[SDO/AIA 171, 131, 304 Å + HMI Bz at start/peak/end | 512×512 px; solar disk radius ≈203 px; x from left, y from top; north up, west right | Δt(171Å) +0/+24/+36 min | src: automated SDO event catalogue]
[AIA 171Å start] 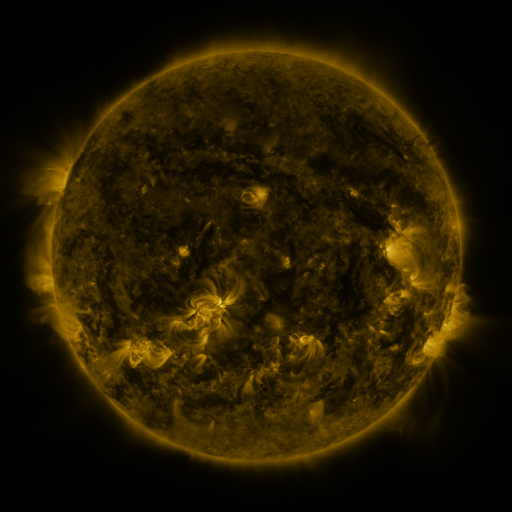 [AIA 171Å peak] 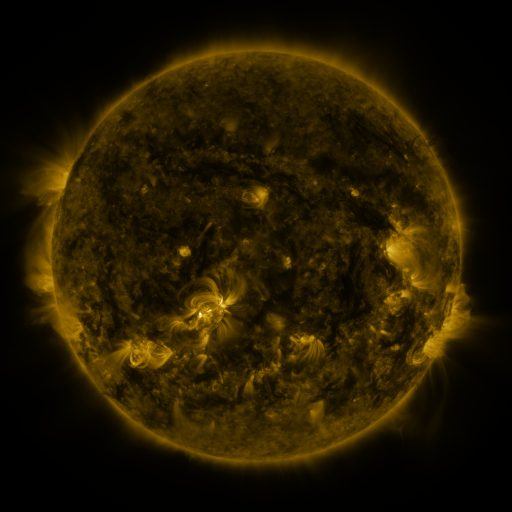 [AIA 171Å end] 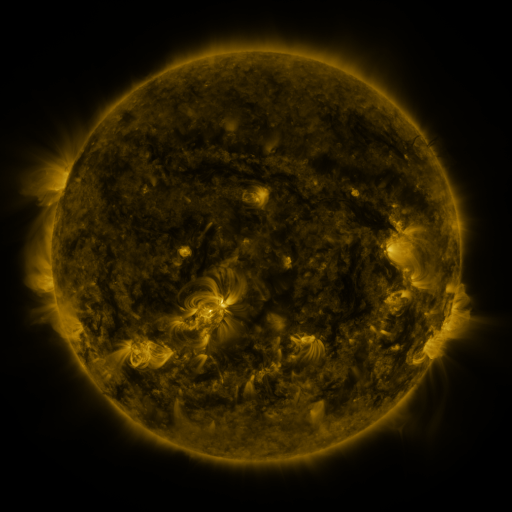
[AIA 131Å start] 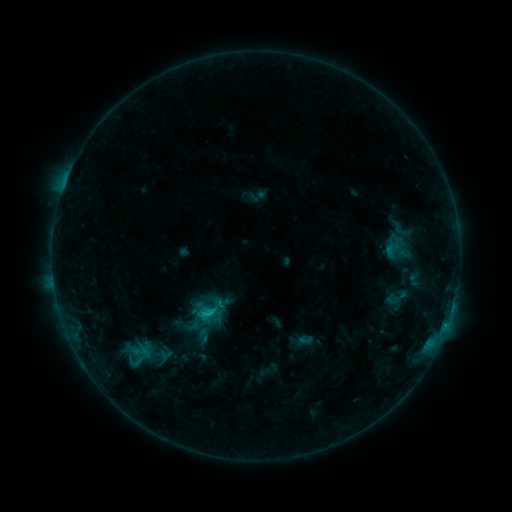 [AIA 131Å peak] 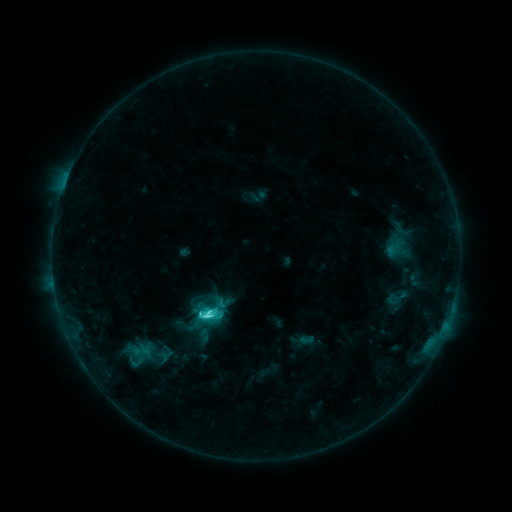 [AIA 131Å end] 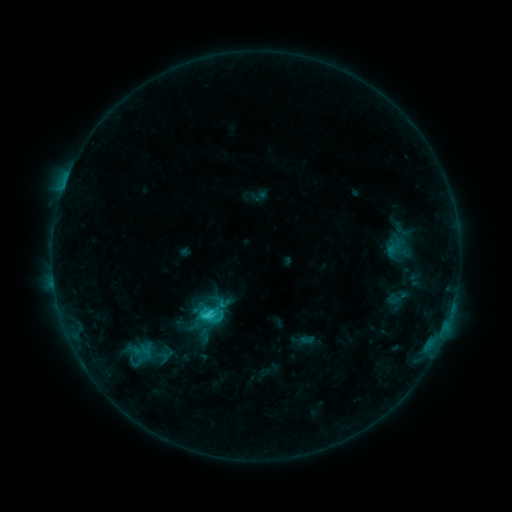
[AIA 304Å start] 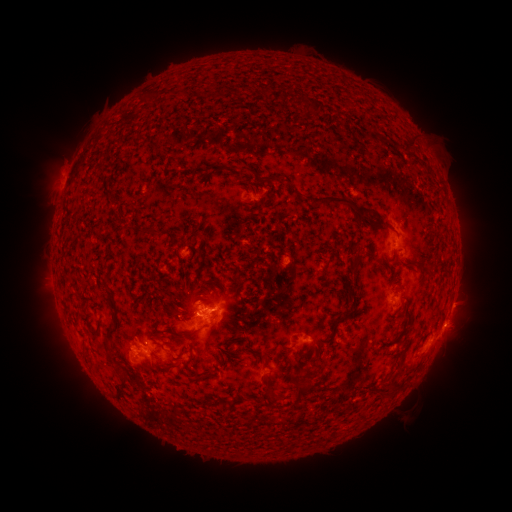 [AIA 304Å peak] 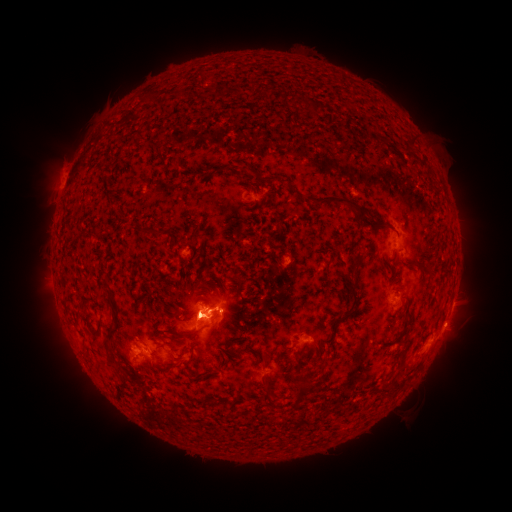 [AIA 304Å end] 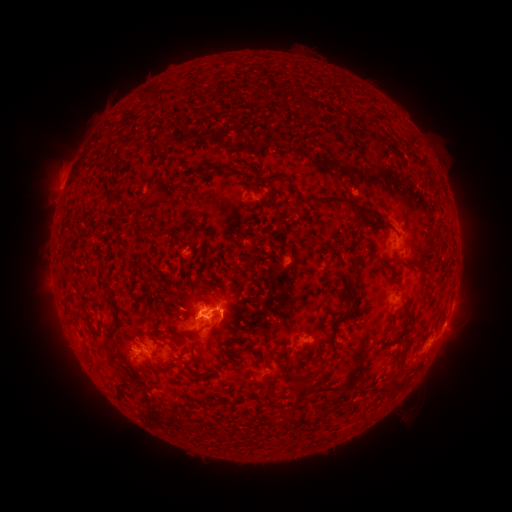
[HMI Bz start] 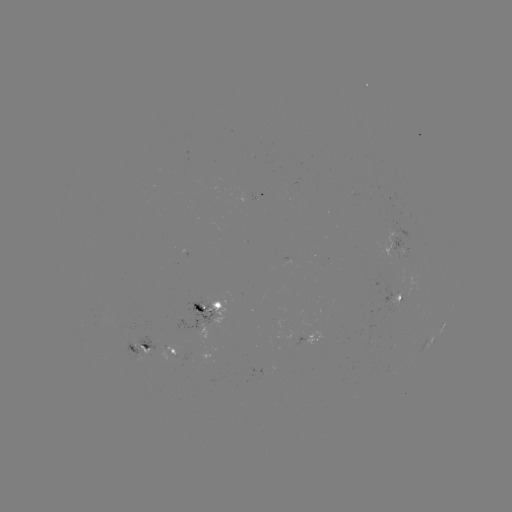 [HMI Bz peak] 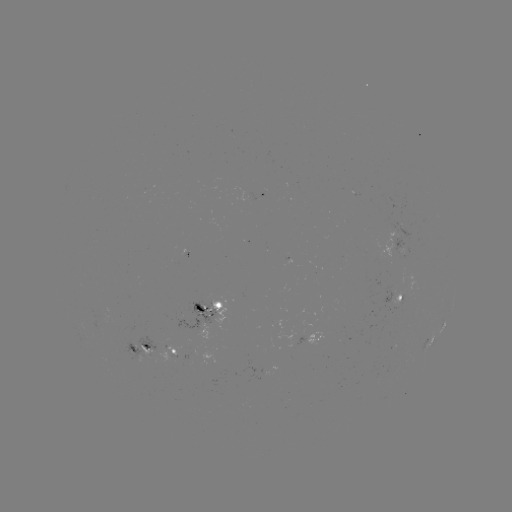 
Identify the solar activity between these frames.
C4.7 flare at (207, 315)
